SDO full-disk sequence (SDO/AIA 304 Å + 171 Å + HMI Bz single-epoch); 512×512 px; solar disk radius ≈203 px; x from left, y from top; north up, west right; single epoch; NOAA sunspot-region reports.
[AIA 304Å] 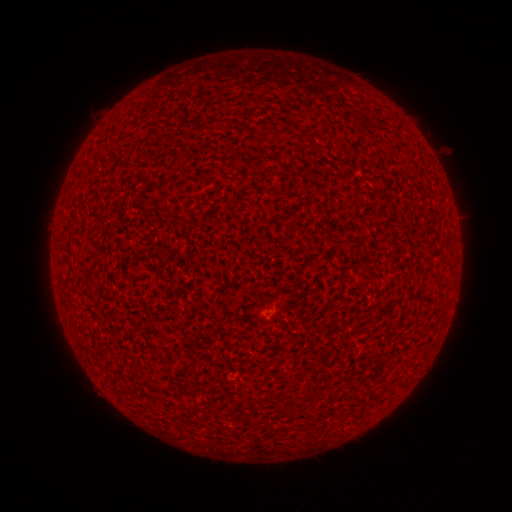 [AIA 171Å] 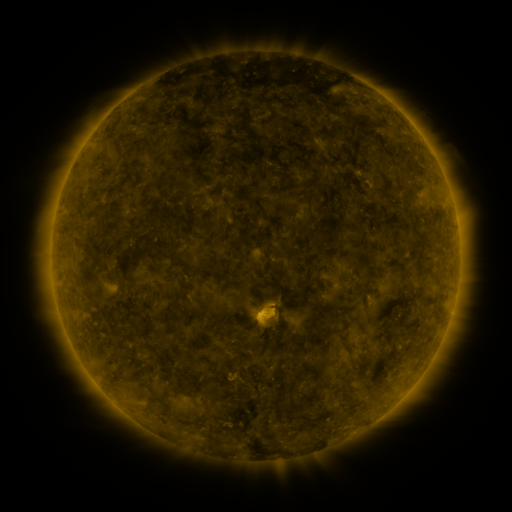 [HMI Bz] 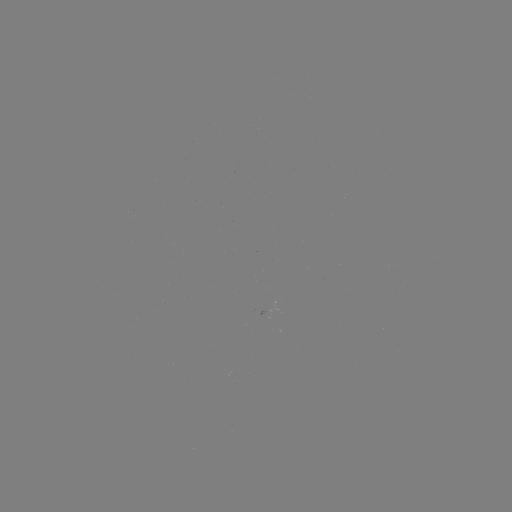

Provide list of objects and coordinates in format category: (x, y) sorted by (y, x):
(none)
